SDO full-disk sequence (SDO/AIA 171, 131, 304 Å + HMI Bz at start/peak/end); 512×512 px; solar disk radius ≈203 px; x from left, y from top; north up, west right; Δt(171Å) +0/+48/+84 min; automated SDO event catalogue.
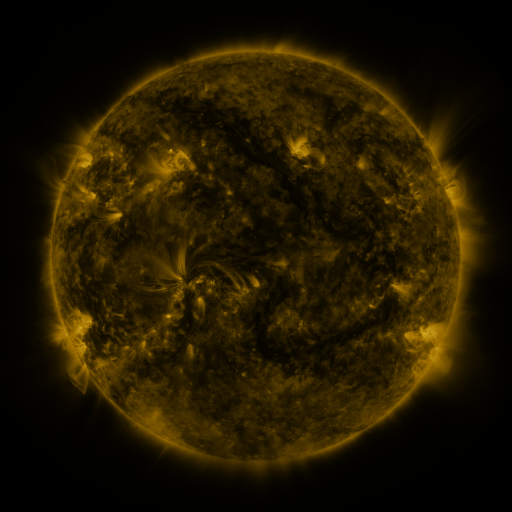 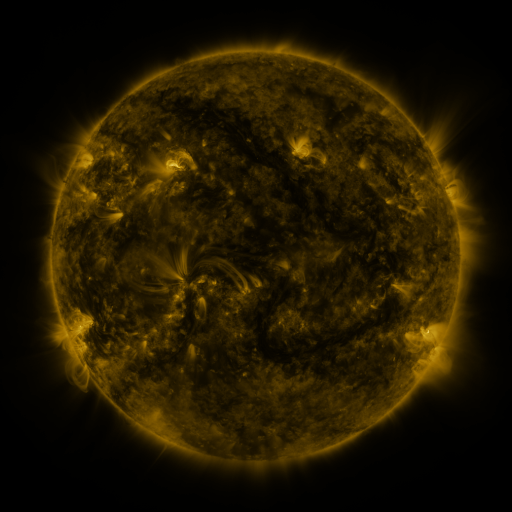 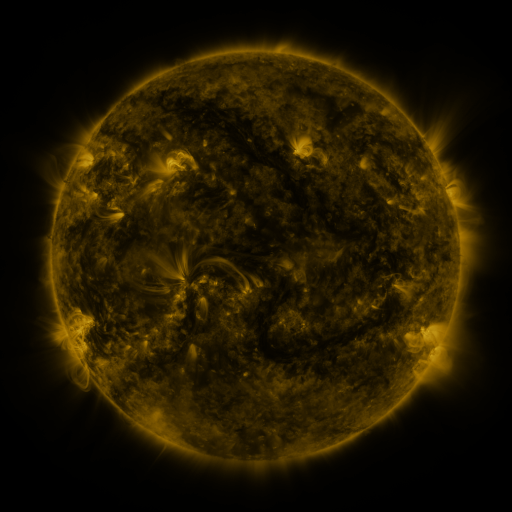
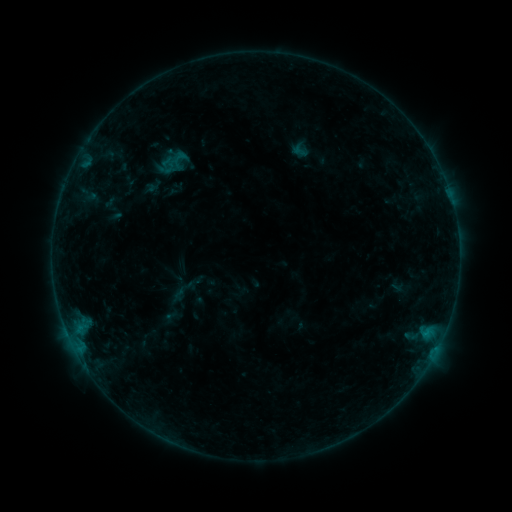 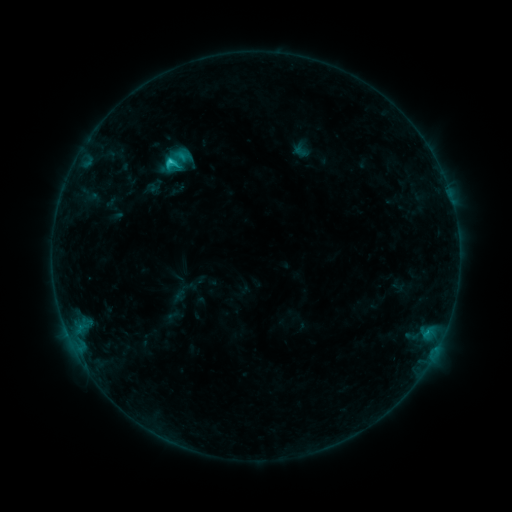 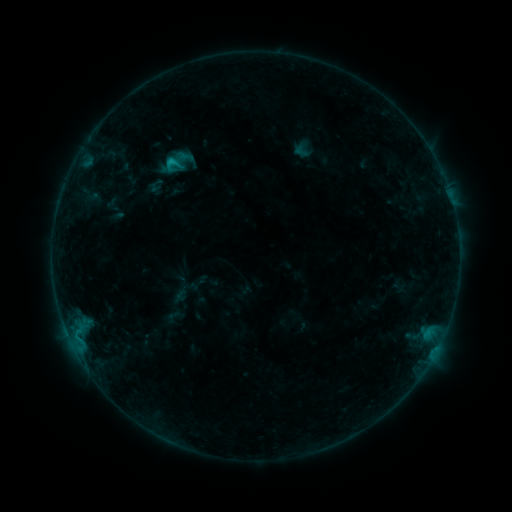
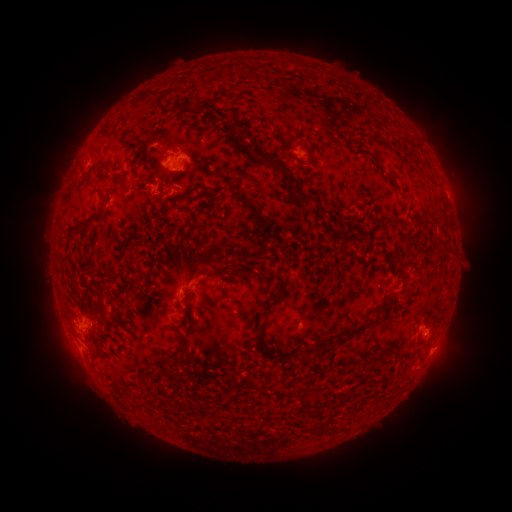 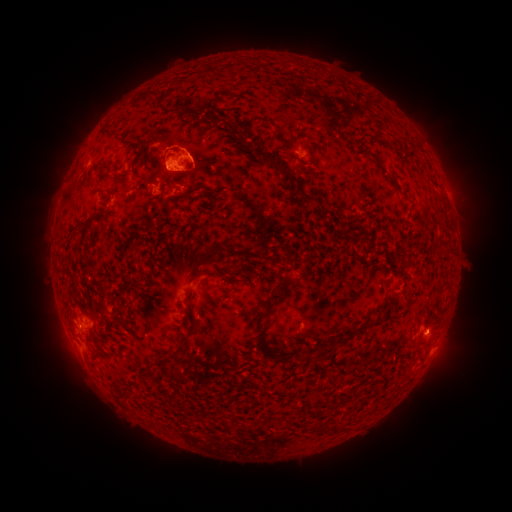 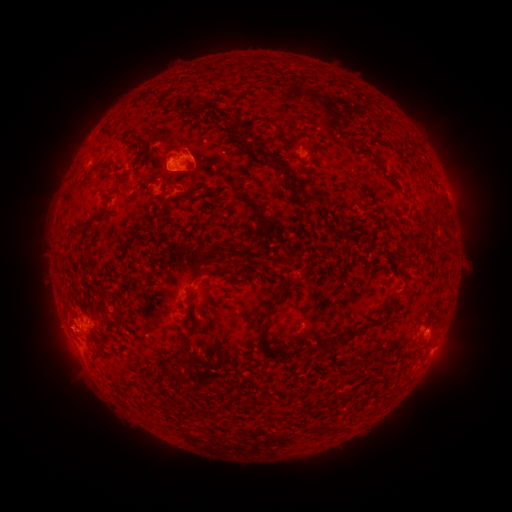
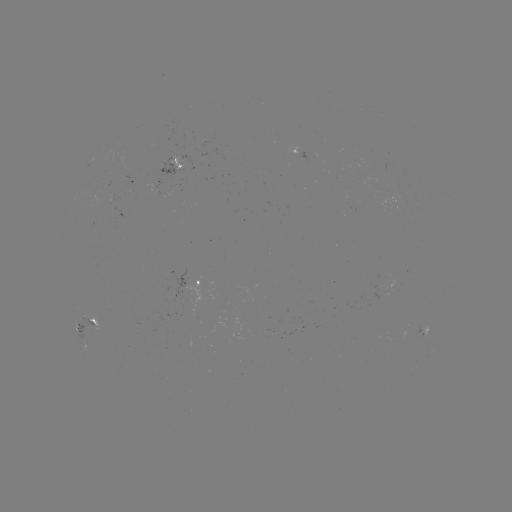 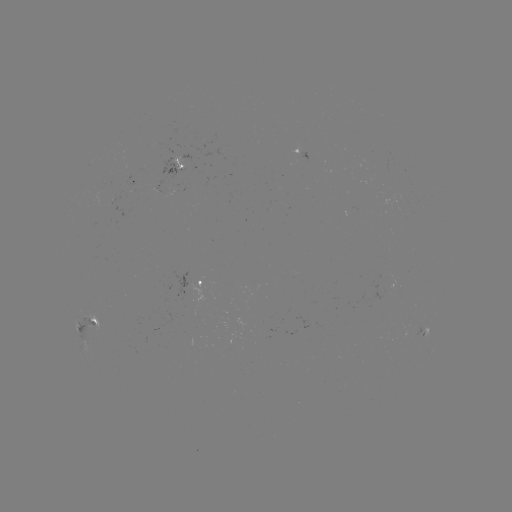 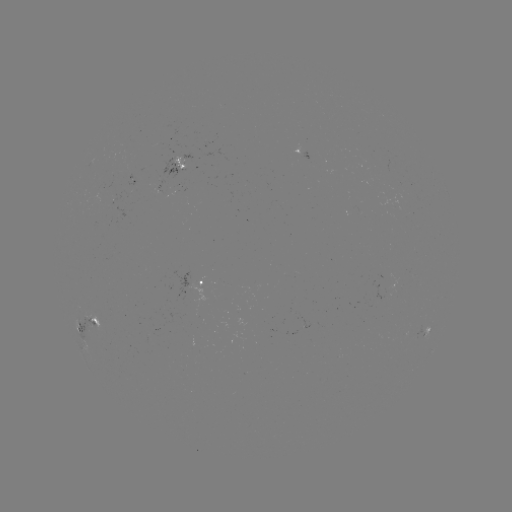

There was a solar emerging-flux region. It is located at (379, 171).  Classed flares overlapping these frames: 1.